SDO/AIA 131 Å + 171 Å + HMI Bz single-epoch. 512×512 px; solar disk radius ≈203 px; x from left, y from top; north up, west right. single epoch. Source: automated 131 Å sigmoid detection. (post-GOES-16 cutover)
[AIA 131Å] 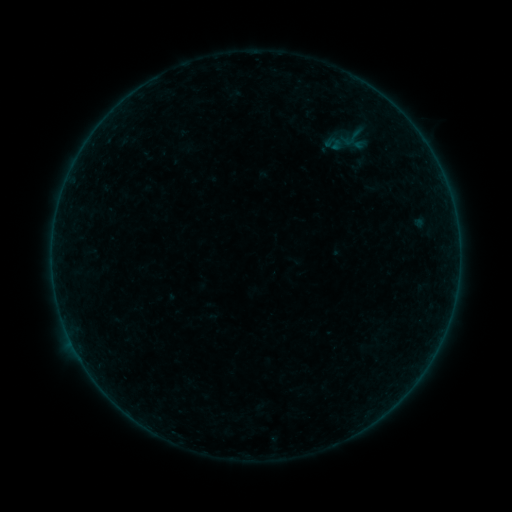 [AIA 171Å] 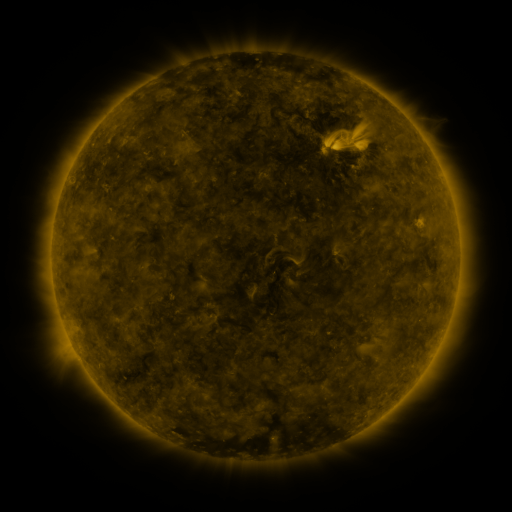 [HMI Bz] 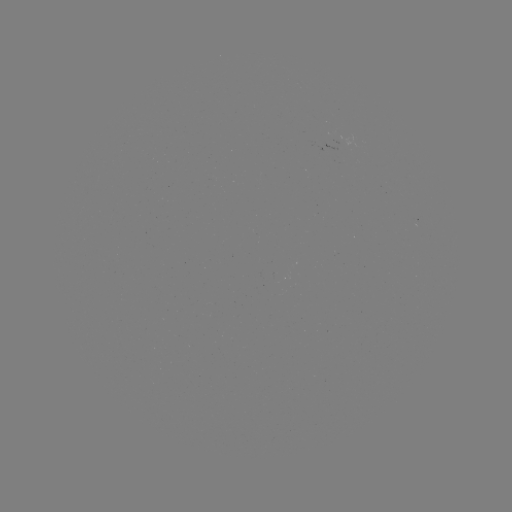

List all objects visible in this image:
sigmoid: (353, 137)
